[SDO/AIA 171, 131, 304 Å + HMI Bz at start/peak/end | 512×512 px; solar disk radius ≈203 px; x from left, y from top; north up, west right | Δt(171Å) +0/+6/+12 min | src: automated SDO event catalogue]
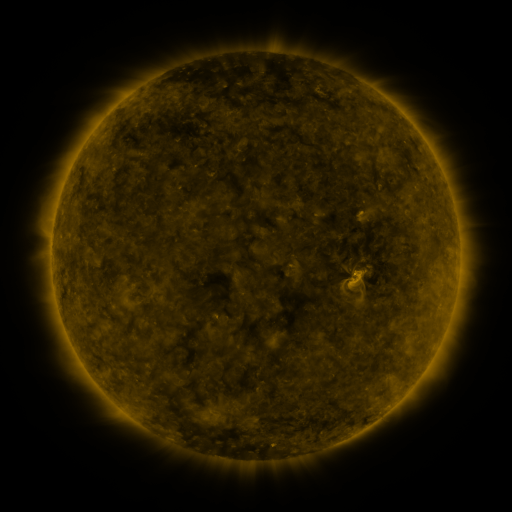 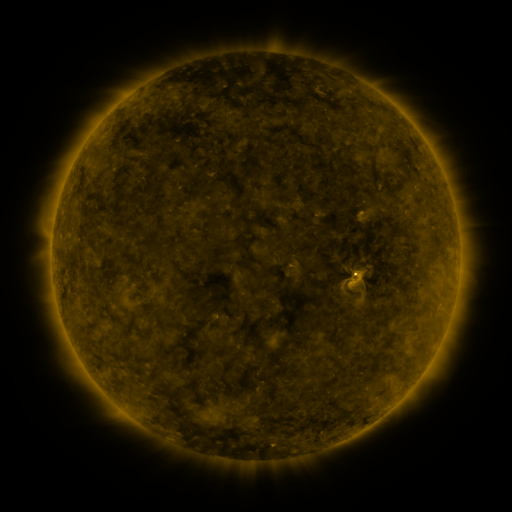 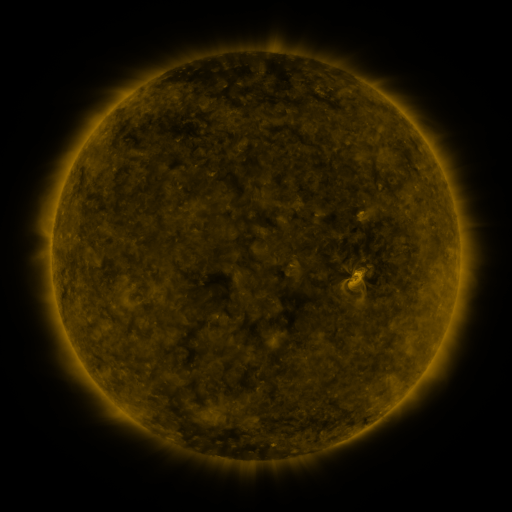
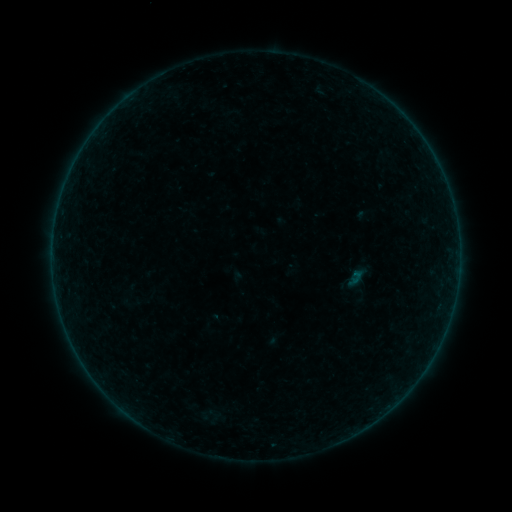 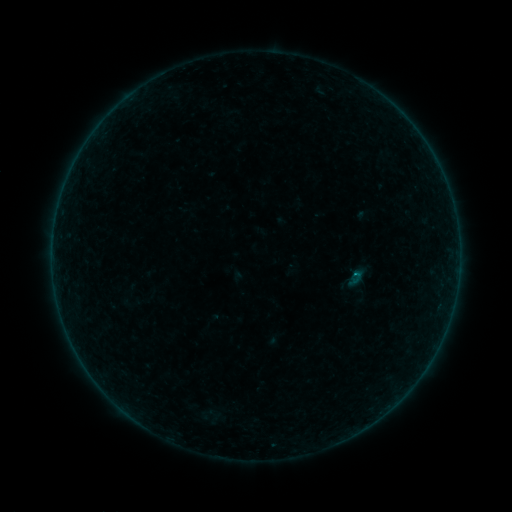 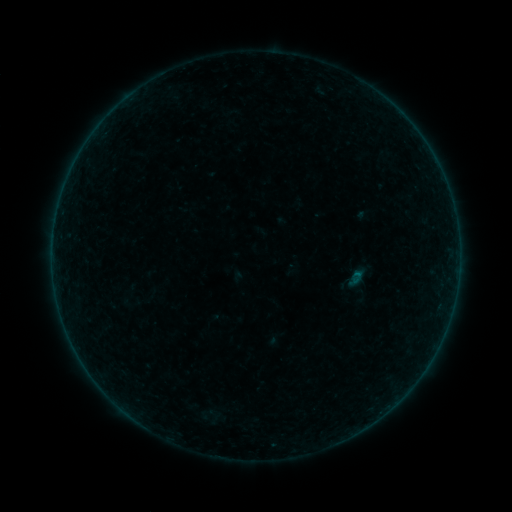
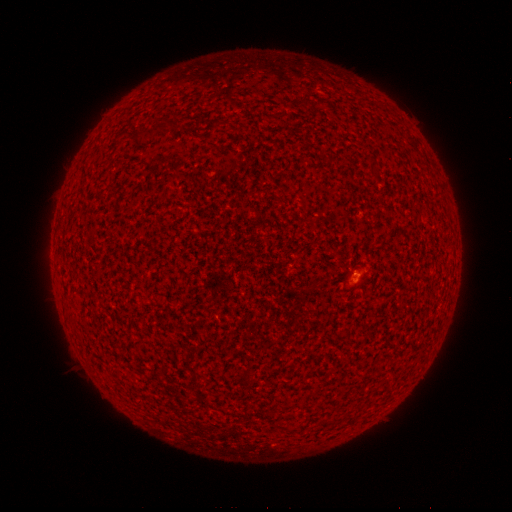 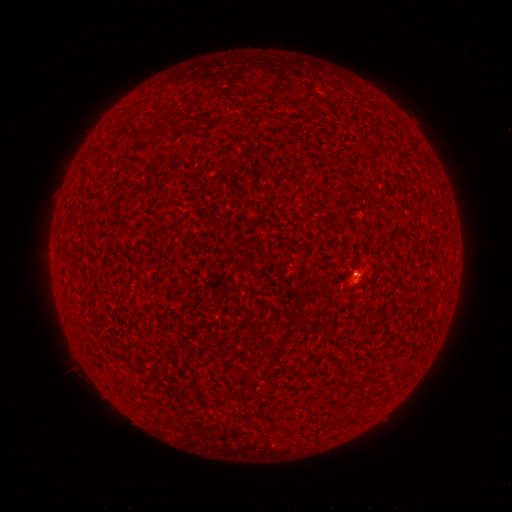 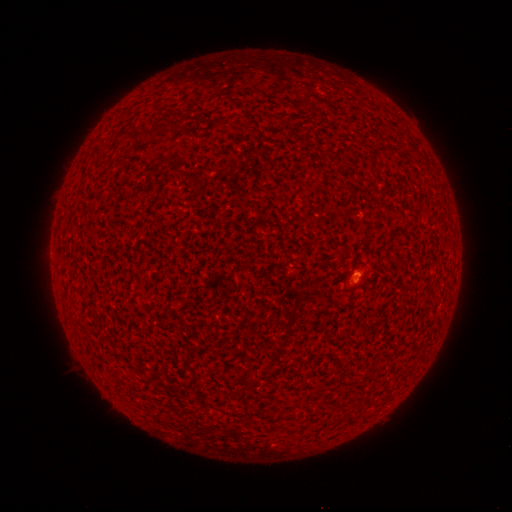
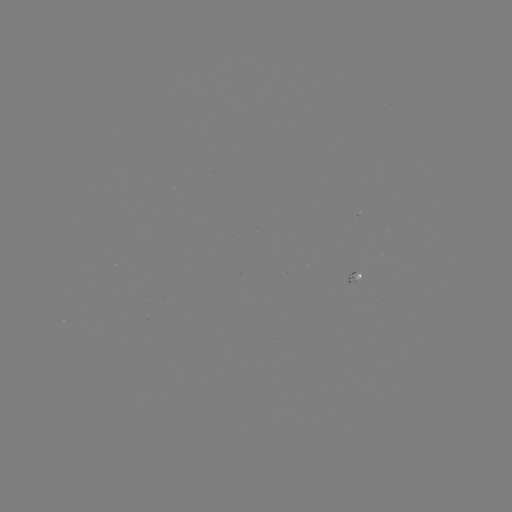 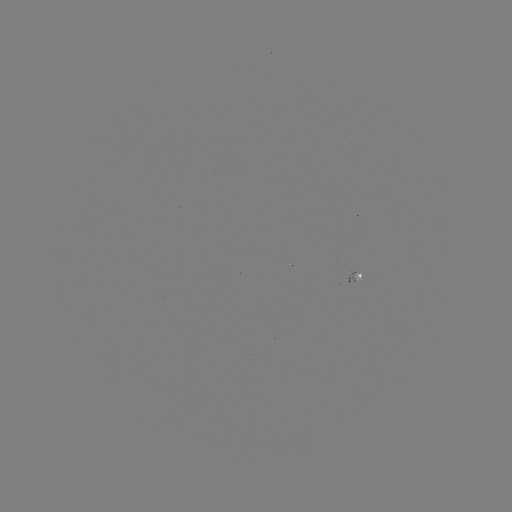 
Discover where A5.7 flare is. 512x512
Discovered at (354, 274).